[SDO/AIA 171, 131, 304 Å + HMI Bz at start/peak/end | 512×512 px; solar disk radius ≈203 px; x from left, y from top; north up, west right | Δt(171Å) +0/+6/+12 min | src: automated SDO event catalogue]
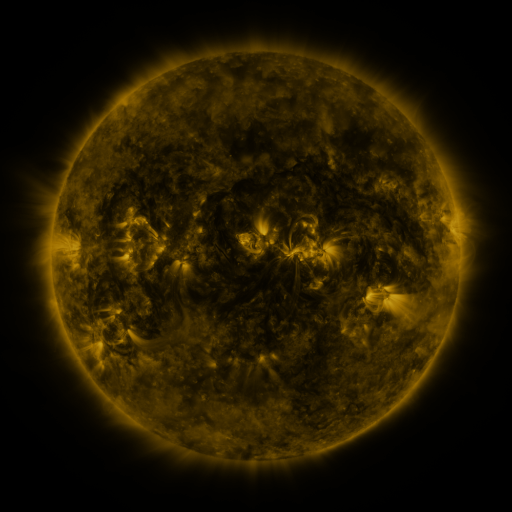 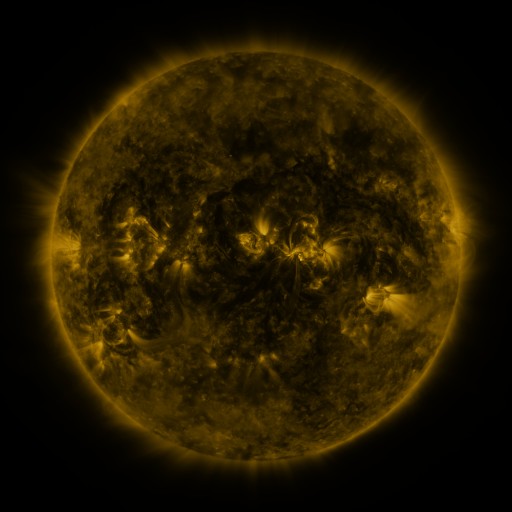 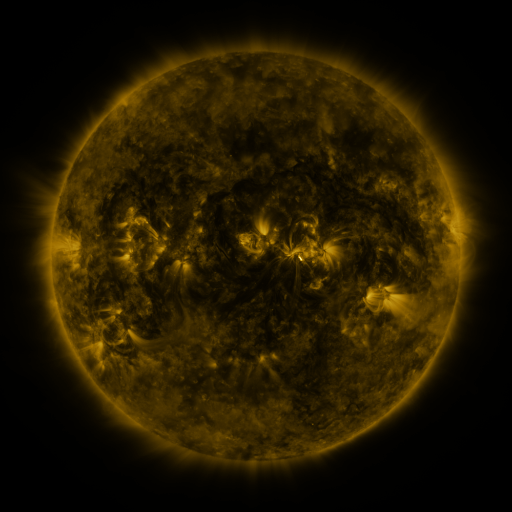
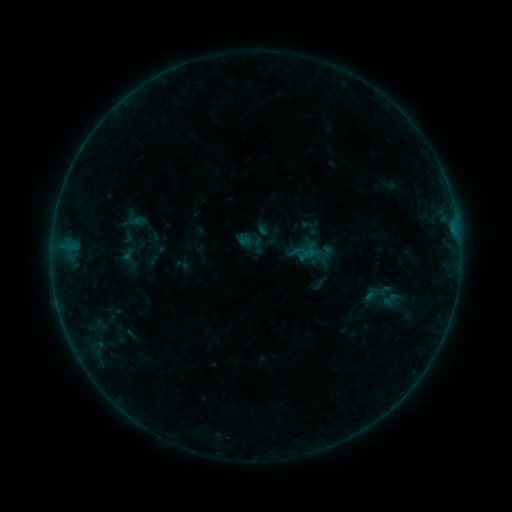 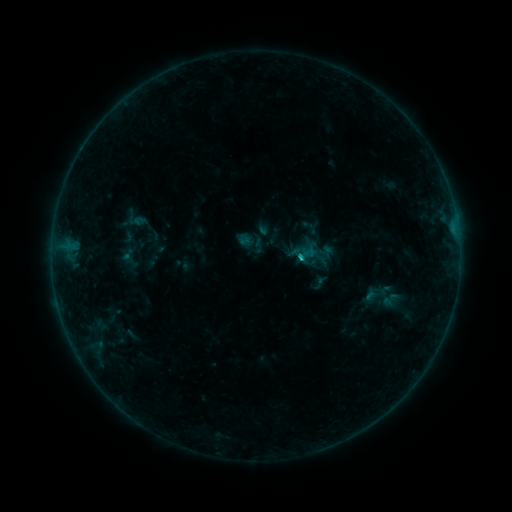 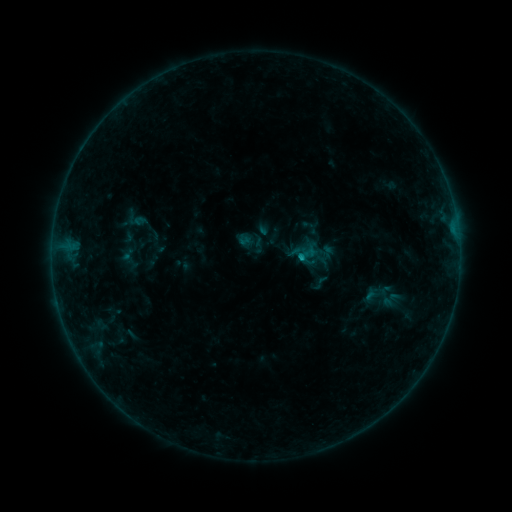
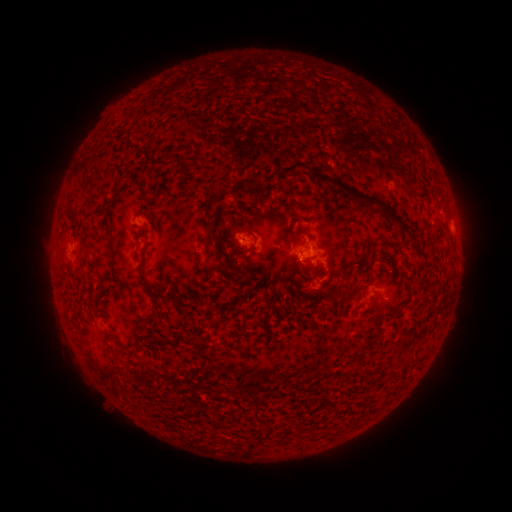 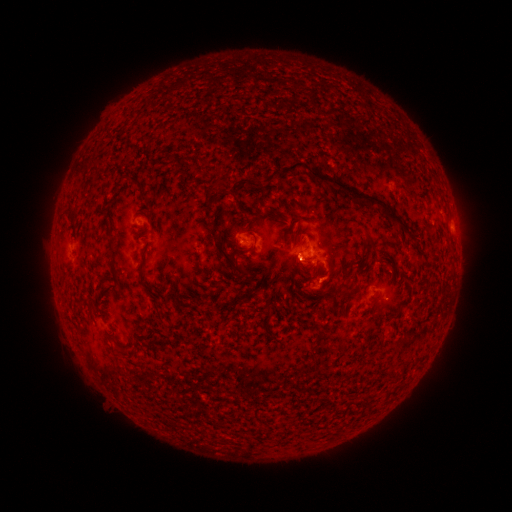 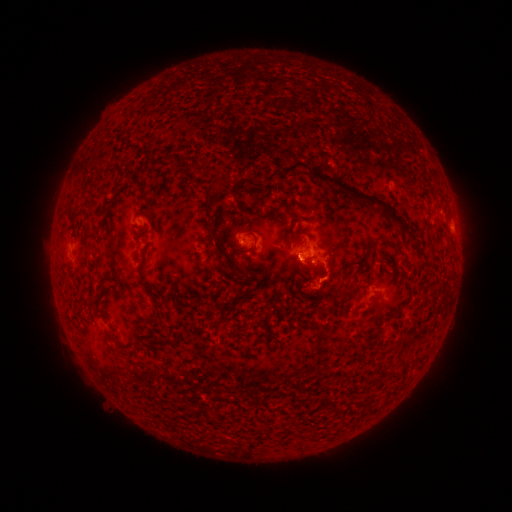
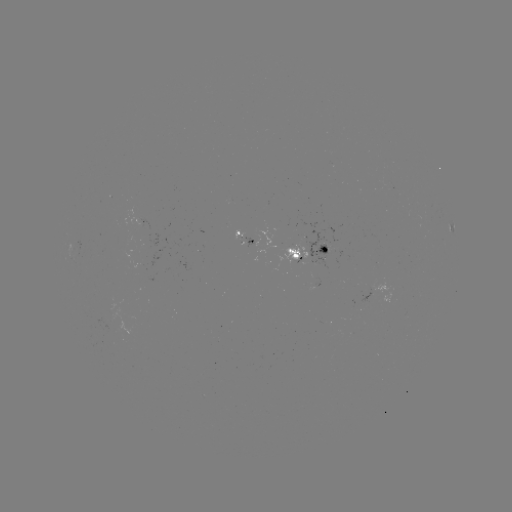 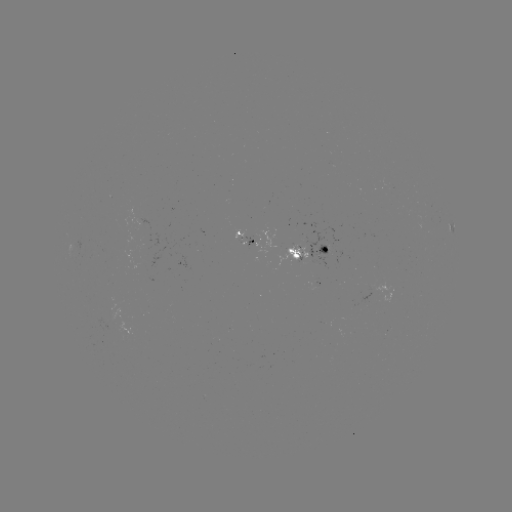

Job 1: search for B6.6 flare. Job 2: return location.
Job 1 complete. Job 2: (298, 259).